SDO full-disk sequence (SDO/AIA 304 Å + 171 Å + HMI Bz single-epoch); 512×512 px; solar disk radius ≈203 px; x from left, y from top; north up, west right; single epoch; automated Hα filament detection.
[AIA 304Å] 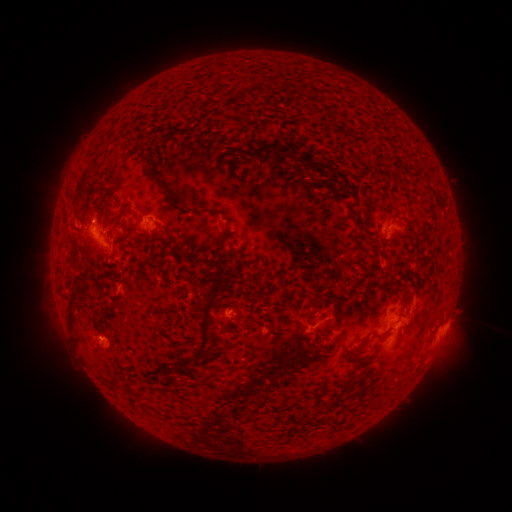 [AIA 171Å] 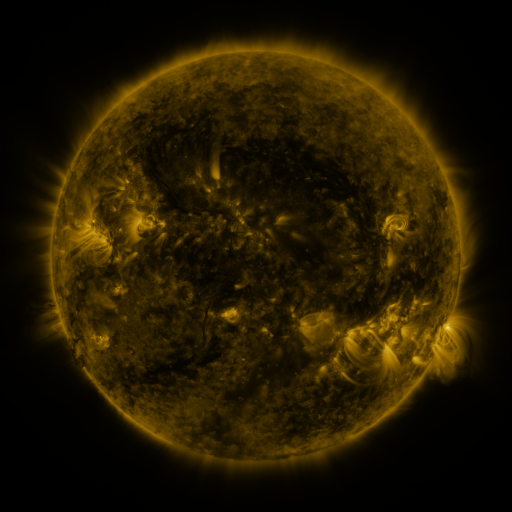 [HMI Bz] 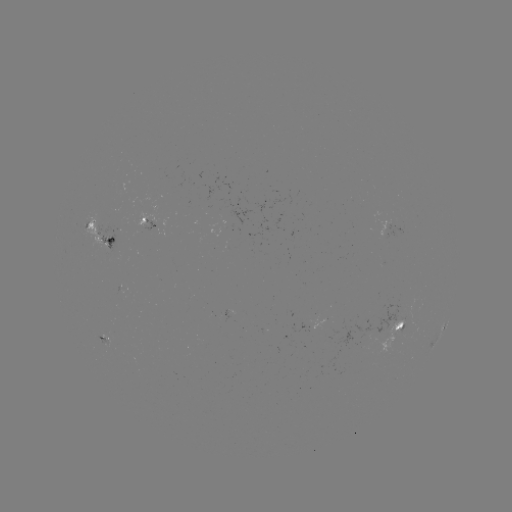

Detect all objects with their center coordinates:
filament: [243, 142, 289, 160]
filament: [209, 149, 219, 158]
filament: [73, 167, 91, 217]
filament: [157, 182, 167, 192]
filament: [168, 191, 235, 254]
filament: [105, 238, 114, 247]
filament: [66, 249, 79, 270]
filament: [193, 277, 225, 364]
filament: [68, 287, 87, 346]
filament: [308, 298, 320, 308]
filament: [235, 302, 244, 315]
filament: [332, 302, 340, 318]
filament: [372, 319, 405, 337]
filament: [351, 340, 366, 351]
